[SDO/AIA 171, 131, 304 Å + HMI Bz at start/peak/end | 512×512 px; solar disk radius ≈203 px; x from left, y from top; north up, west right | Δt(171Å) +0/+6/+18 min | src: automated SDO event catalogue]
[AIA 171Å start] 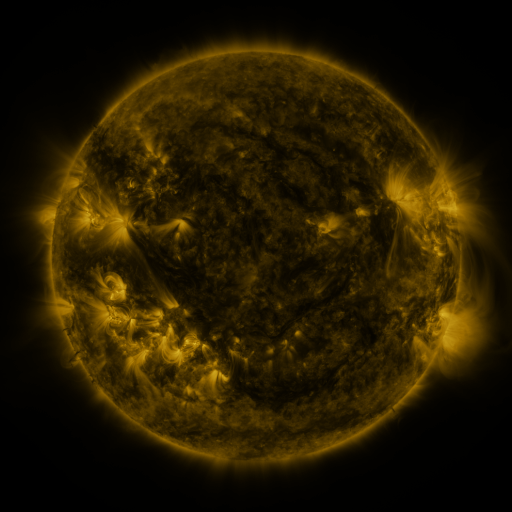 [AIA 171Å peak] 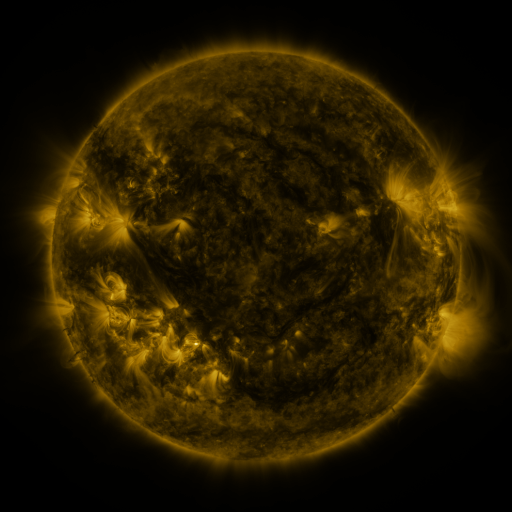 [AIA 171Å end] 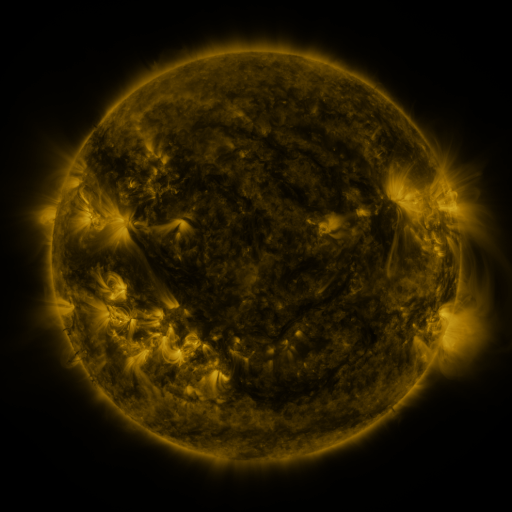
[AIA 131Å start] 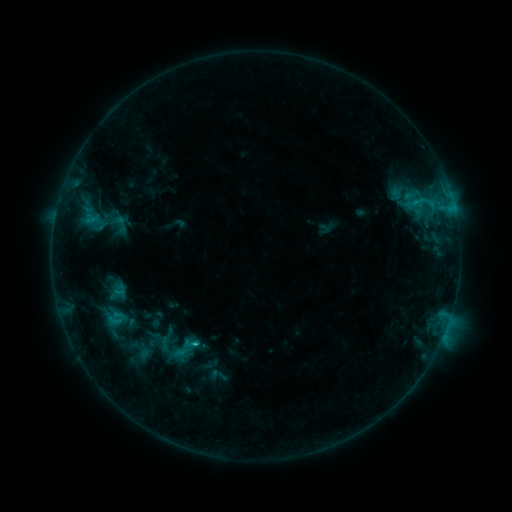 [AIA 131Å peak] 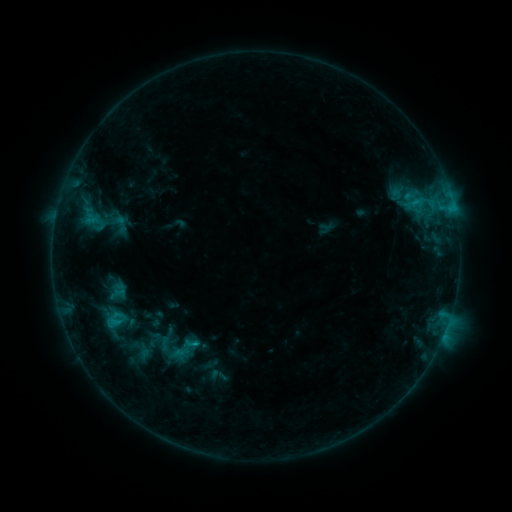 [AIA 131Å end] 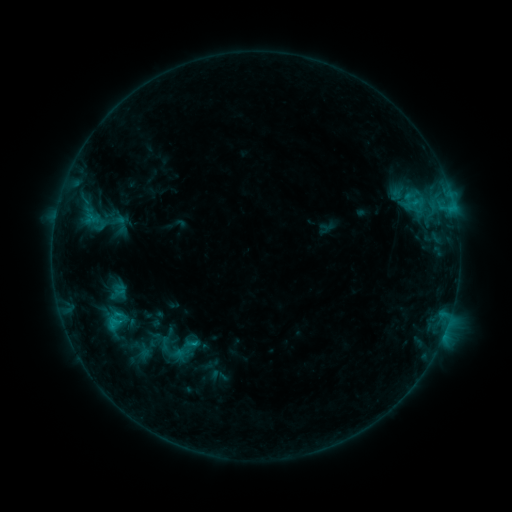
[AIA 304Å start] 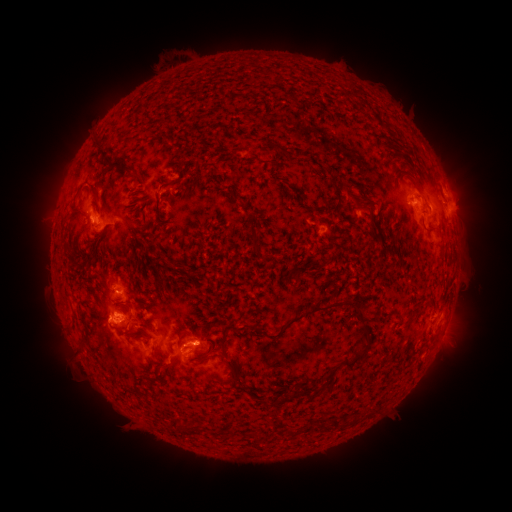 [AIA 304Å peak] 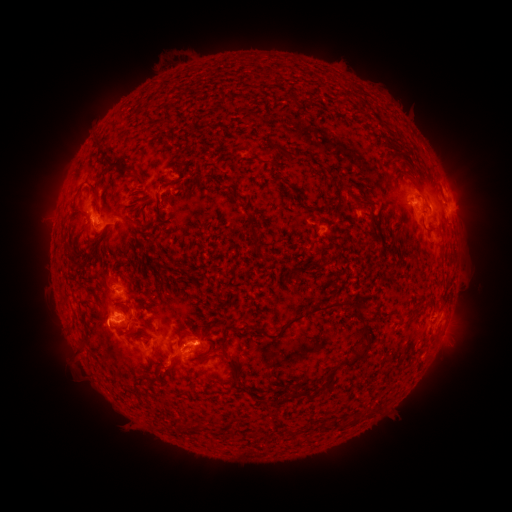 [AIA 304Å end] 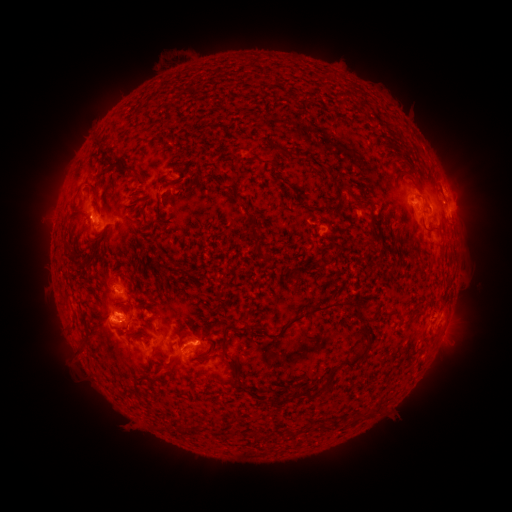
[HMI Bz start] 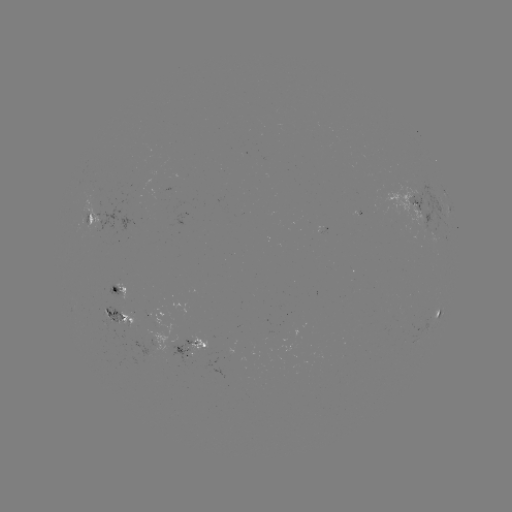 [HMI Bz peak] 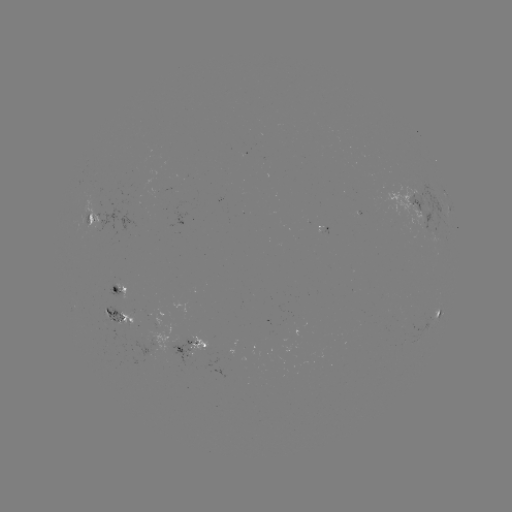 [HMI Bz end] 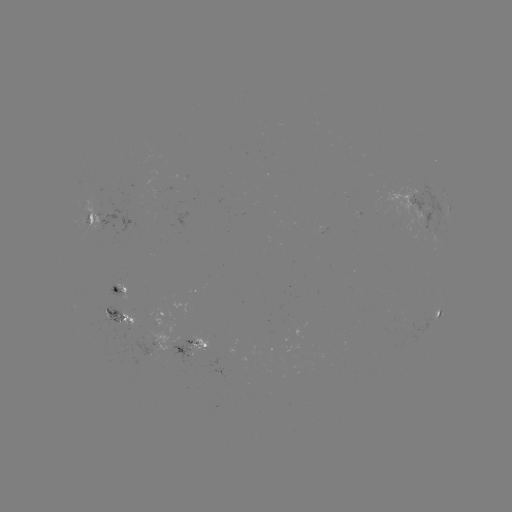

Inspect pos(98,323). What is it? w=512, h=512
eruption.